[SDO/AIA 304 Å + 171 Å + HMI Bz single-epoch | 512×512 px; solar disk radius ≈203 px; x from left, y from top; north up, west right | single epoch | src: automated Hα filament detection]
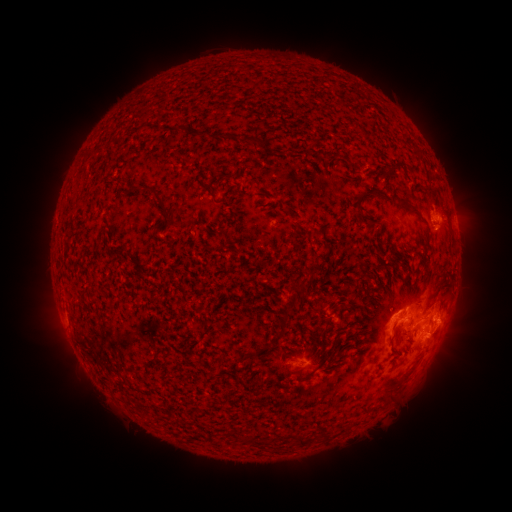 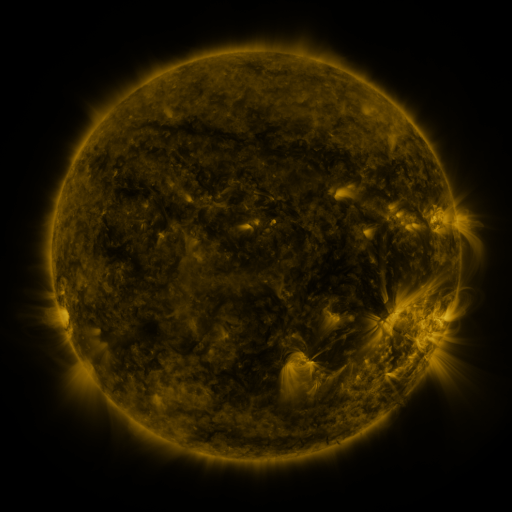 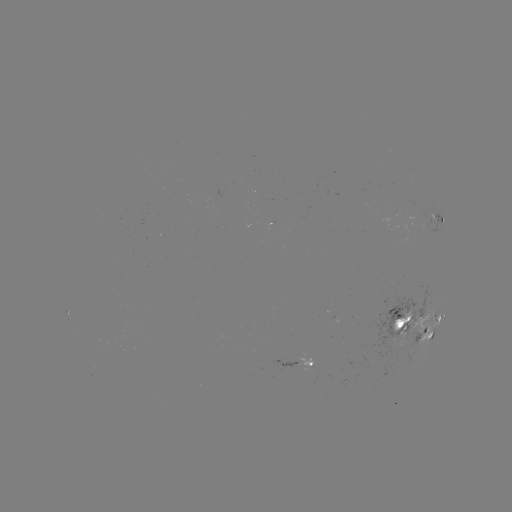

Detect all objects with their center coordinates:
filament: (203, 132)
filament: (252, 139)
filament: (398, 167)
filament: (211, 193)
filament: (367, 193)
filament: (404, 203)
filament: (362, 209)
filament: (176, 223)
filament: (290, 307)
